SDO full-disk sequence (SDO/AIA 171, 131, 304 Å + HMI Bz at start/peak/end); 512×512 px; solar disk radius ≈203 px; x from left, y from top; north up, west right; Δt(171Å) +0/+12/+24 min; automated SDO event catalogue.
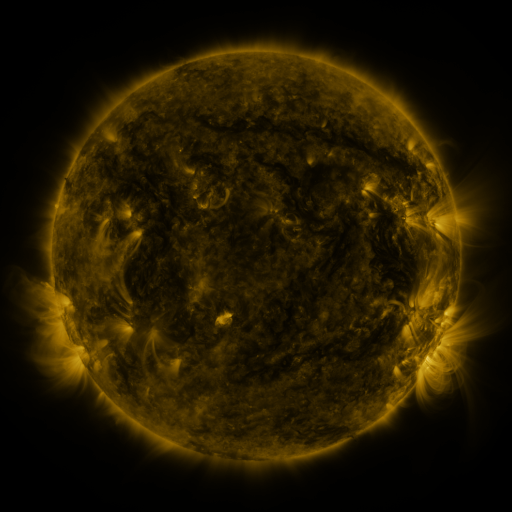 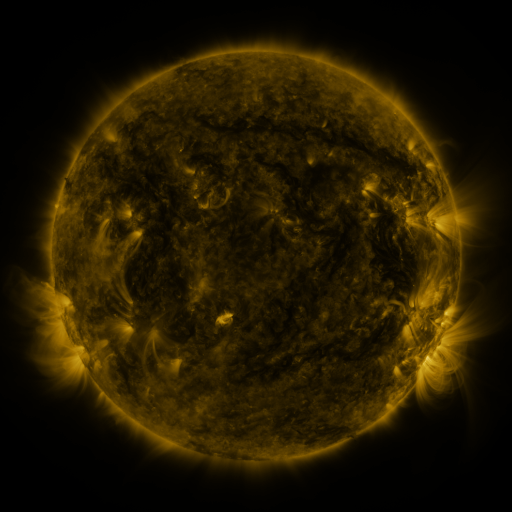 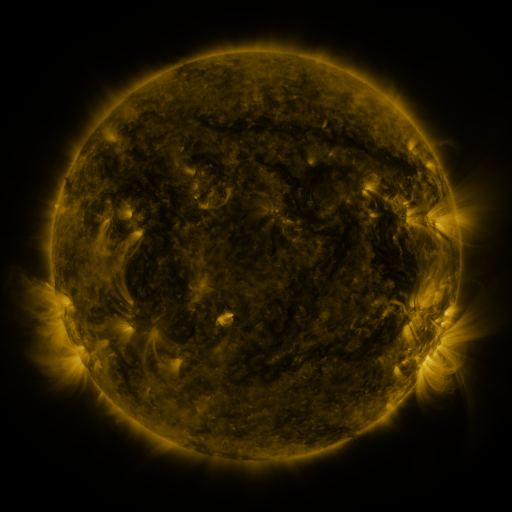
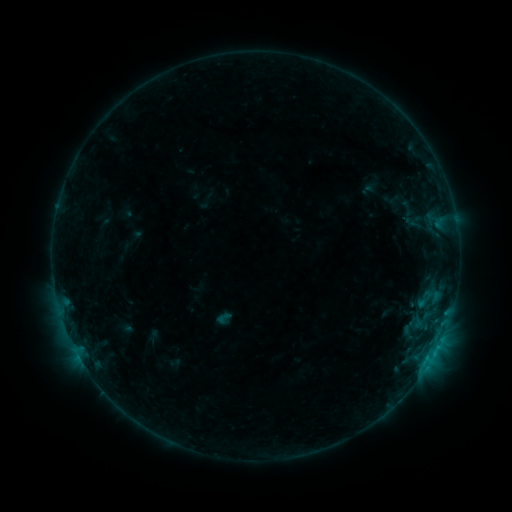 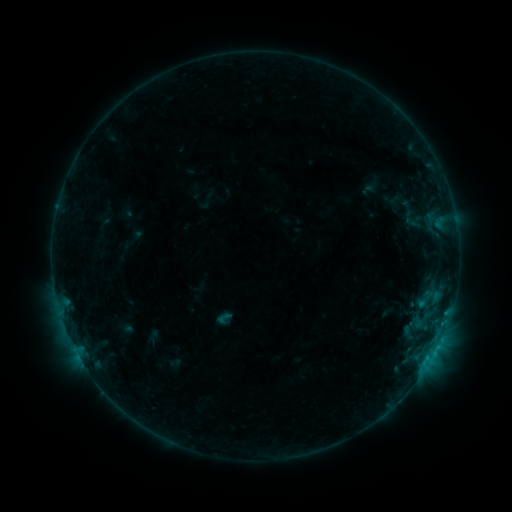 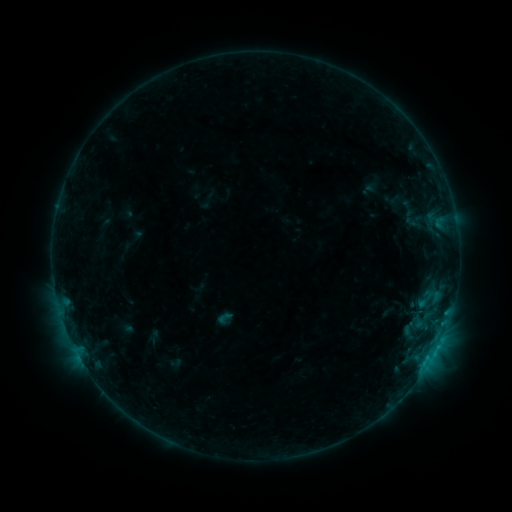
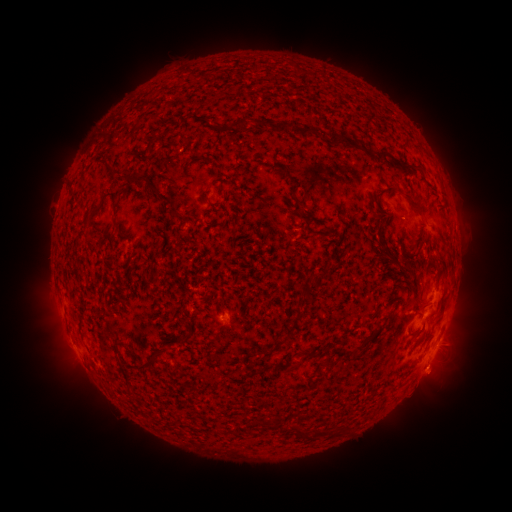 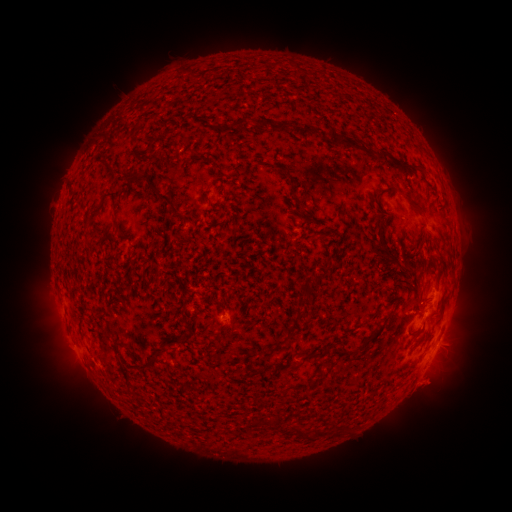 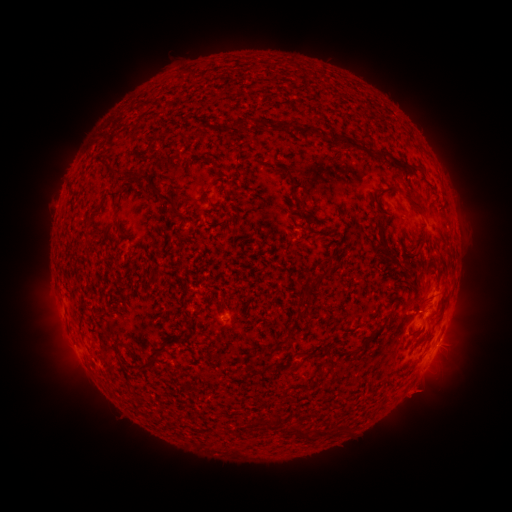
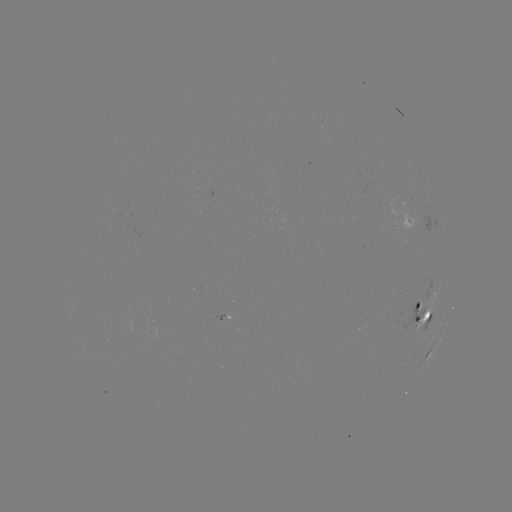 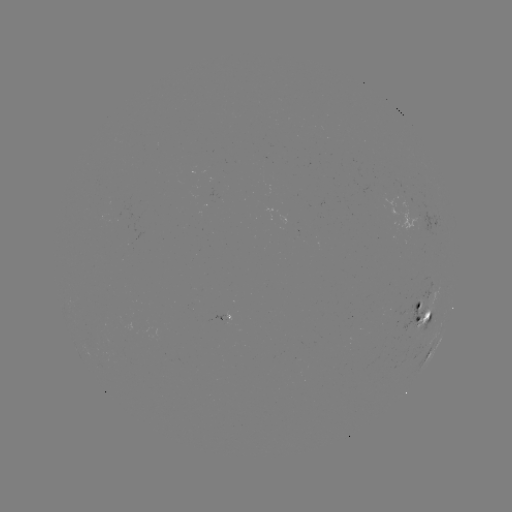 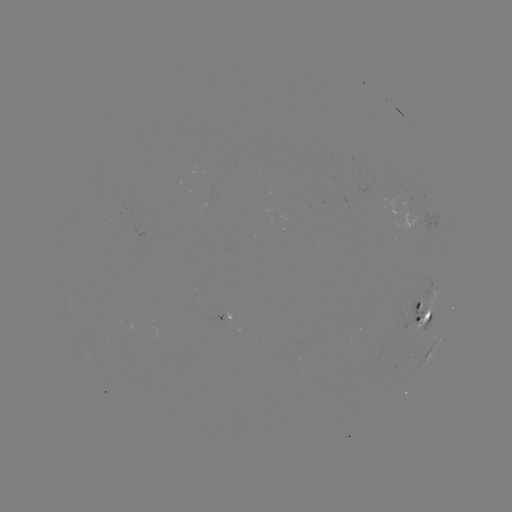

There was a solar eruption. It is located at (430, 389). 